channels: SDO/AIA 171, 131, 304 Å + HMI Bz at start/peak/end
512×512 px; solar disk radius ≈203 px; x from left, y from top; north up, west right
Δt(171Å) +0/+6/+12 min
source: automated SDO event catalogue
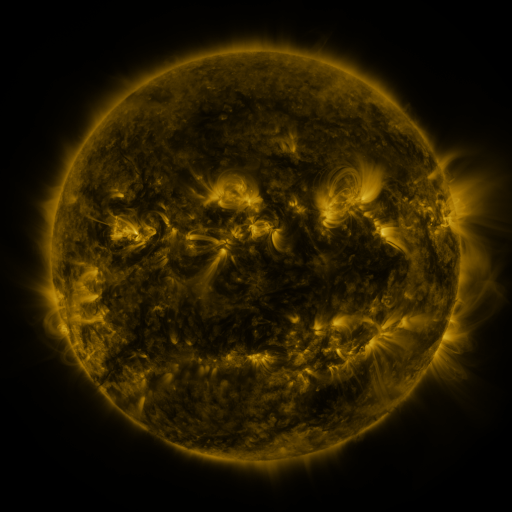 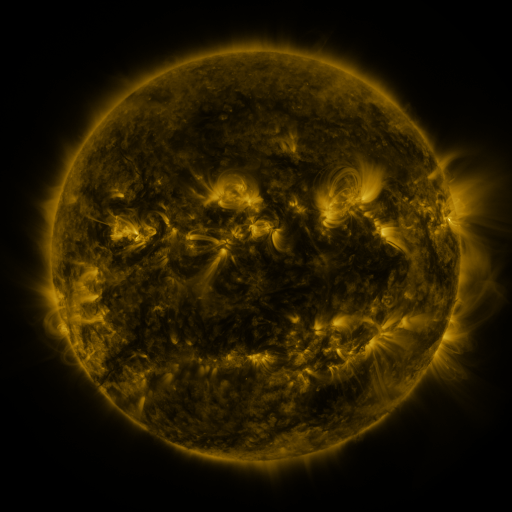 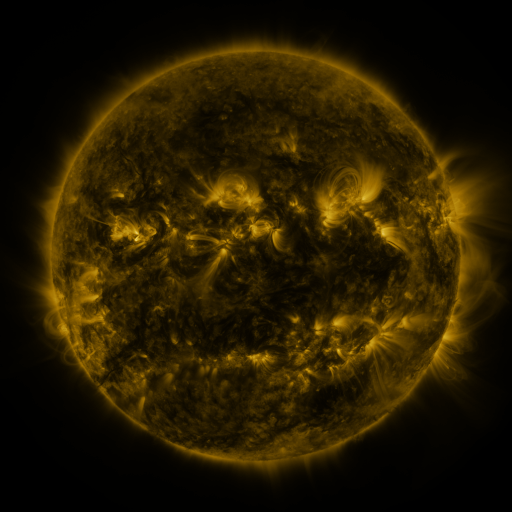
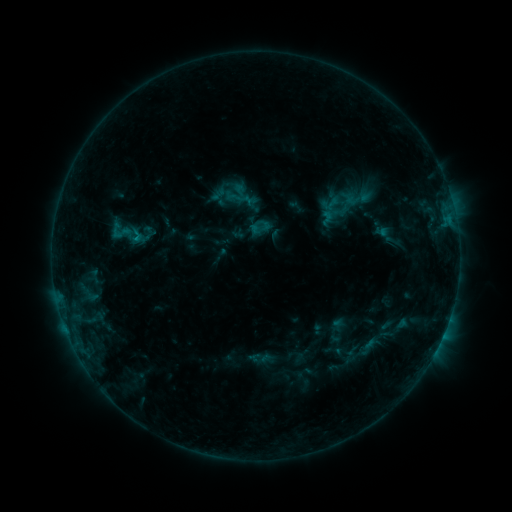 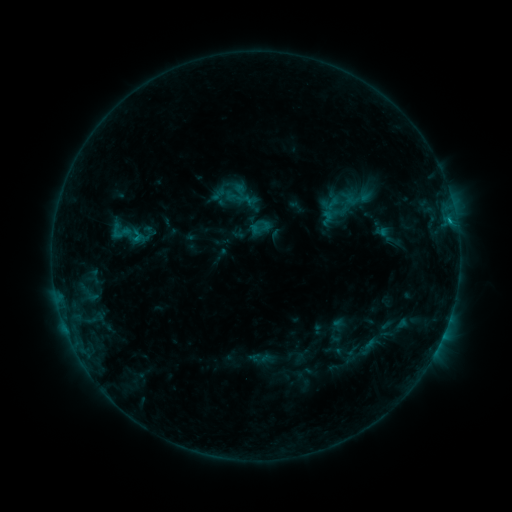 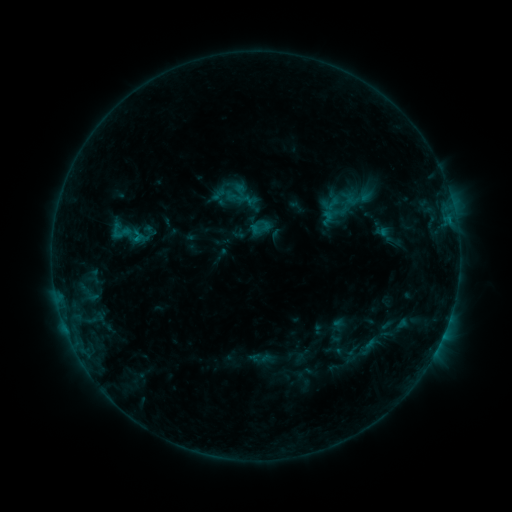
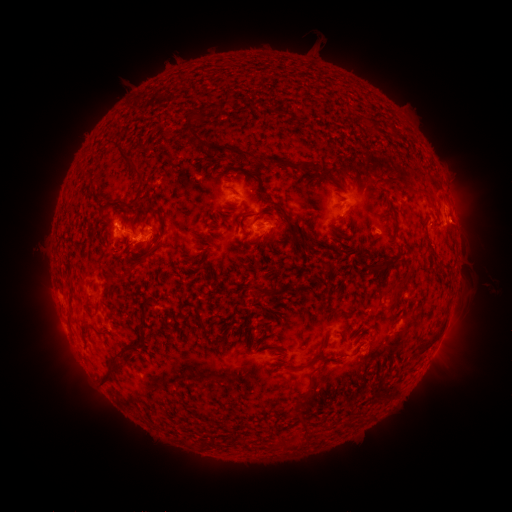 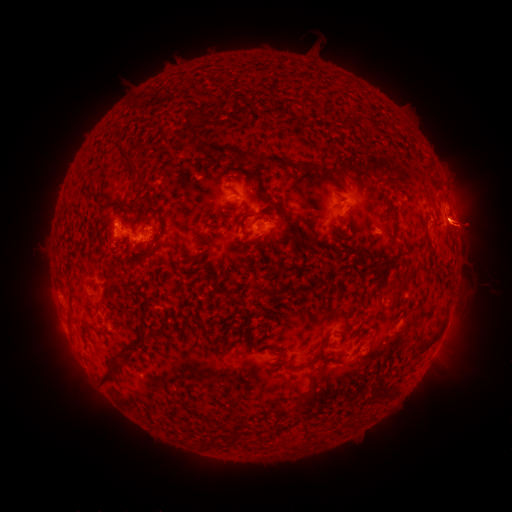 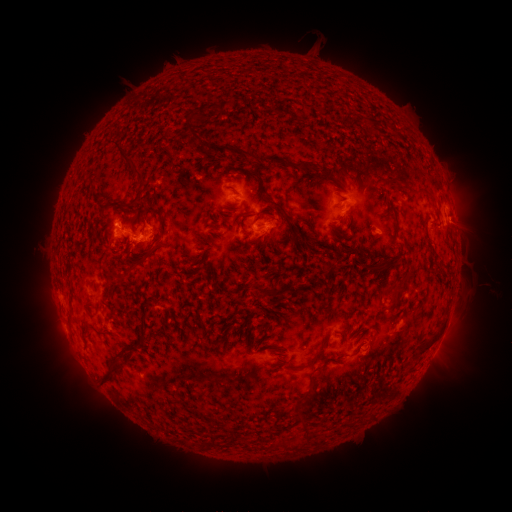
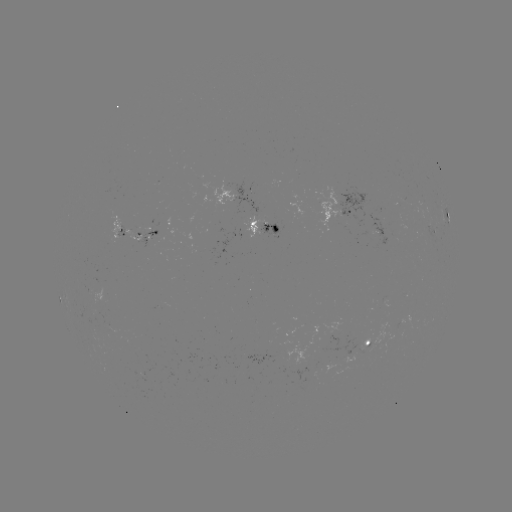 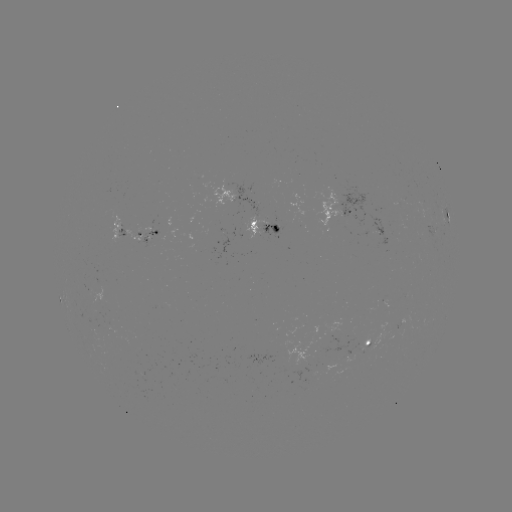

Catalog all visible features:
eruption: (468, 224)
